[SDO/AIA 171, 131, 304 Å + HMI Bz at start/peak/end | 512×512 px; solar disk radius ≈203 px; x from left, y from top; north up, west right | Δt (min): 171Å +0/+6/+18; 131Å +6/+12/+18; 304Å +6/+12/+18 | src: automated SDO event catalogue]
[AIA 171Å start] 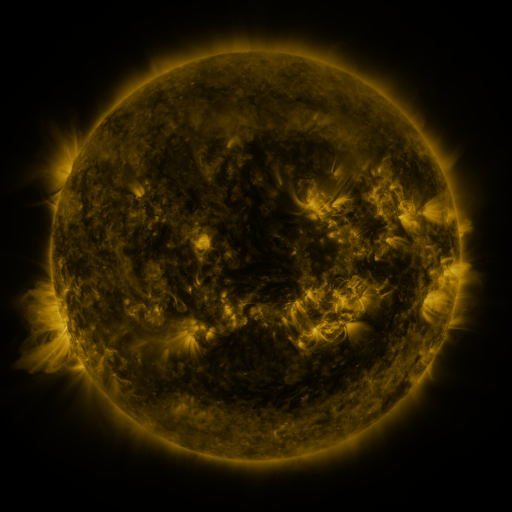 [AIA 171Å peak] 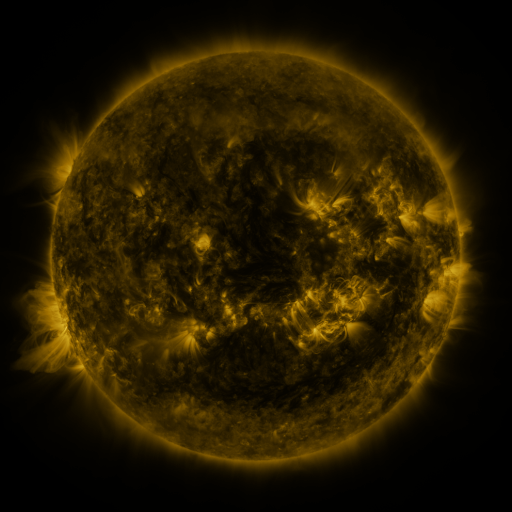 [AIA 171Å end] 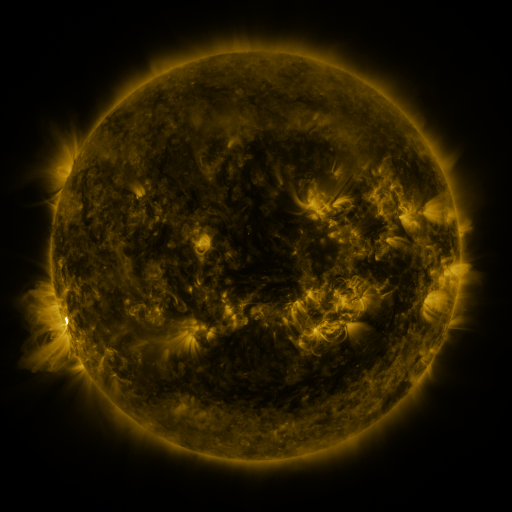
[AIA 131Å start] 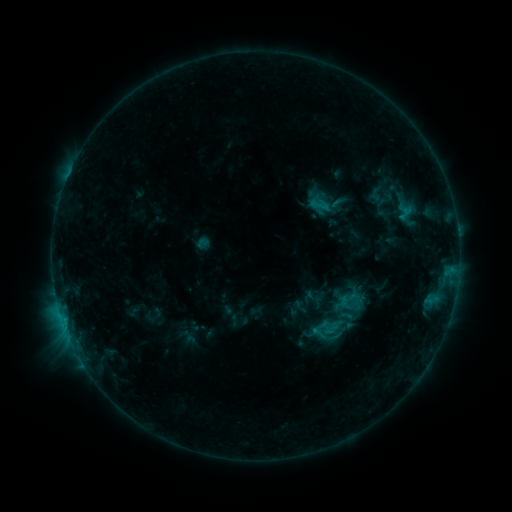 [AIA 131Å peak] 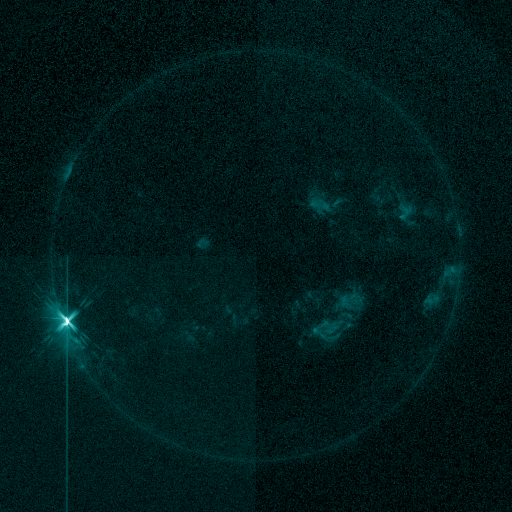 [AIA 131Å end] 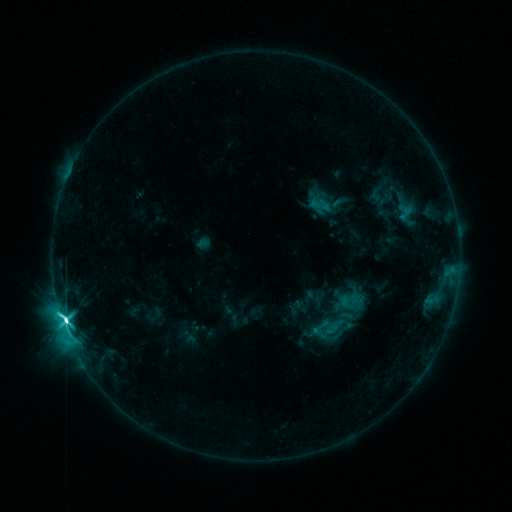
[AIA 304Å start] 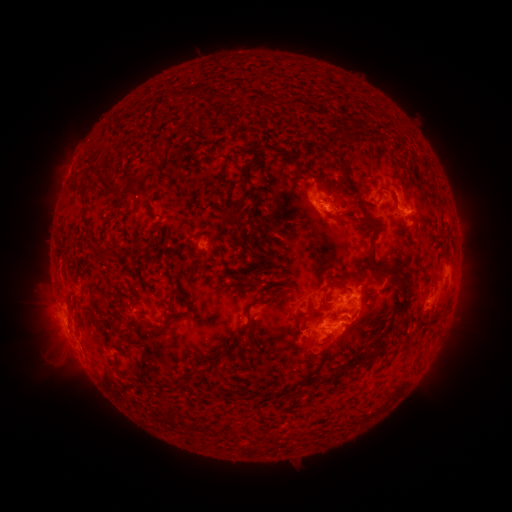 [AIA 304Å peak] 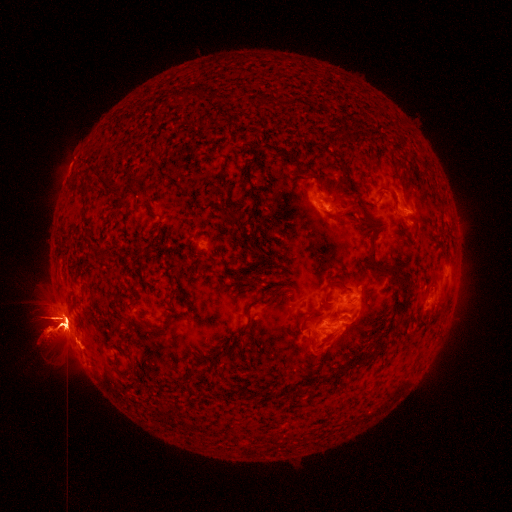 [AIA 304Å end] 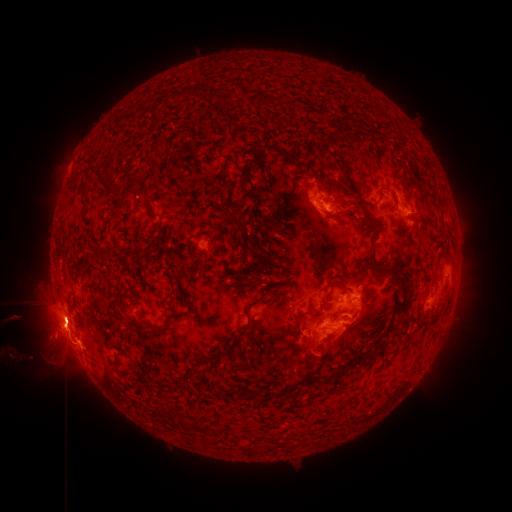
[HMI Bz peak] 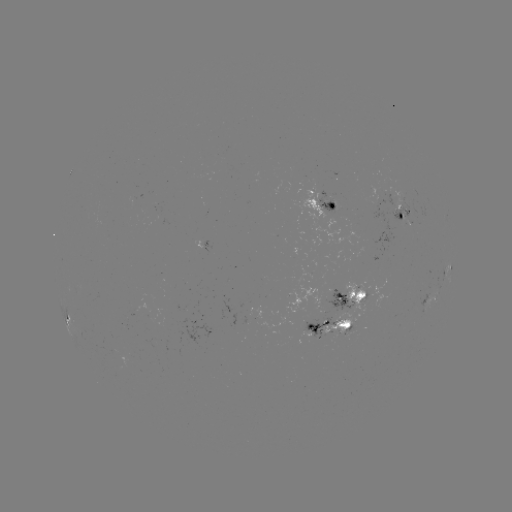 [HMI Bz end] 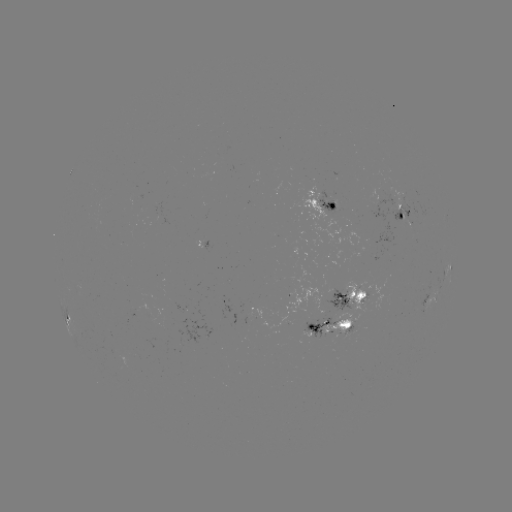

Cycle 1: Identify X2.2 flare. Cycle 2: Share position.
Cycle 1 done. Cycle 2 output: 66,322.